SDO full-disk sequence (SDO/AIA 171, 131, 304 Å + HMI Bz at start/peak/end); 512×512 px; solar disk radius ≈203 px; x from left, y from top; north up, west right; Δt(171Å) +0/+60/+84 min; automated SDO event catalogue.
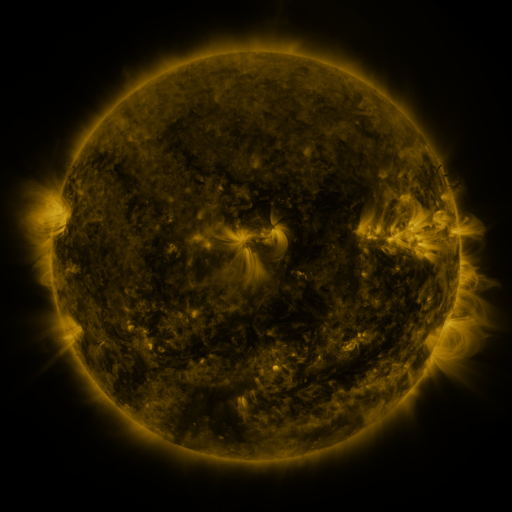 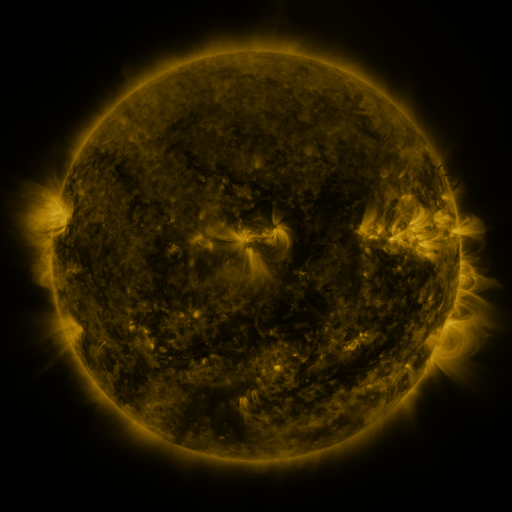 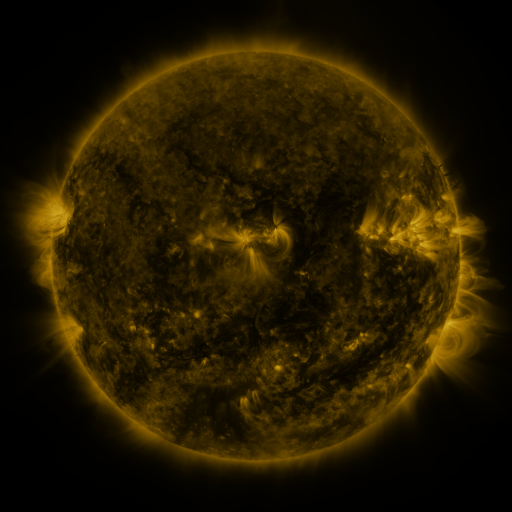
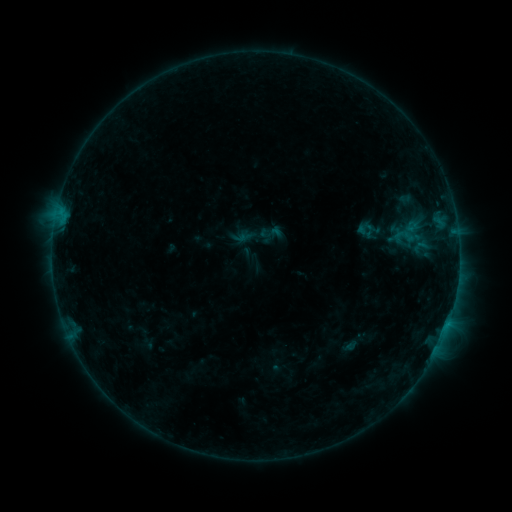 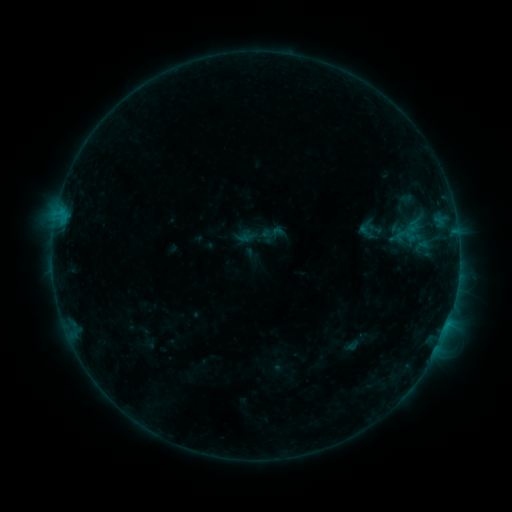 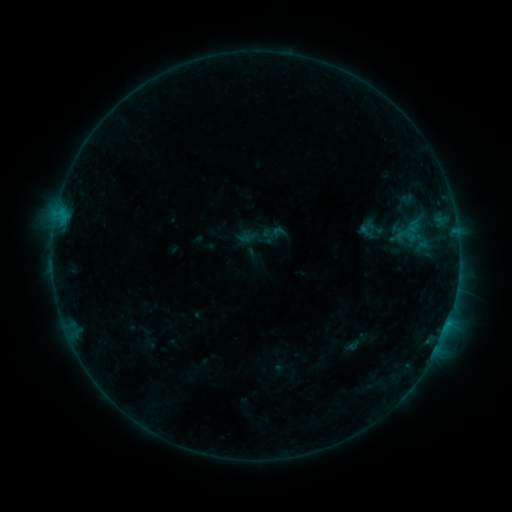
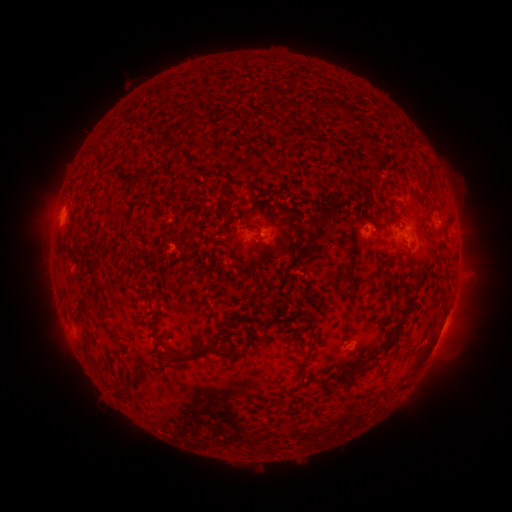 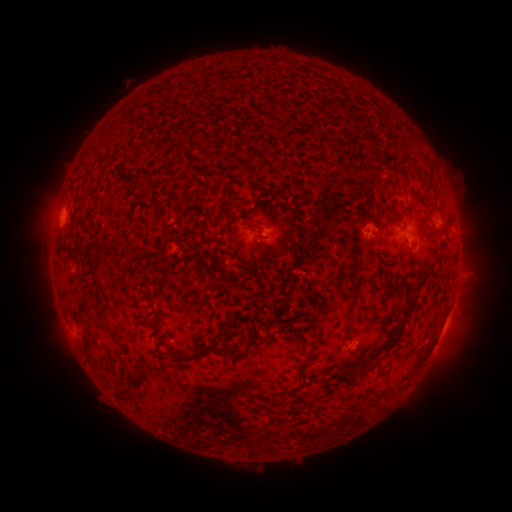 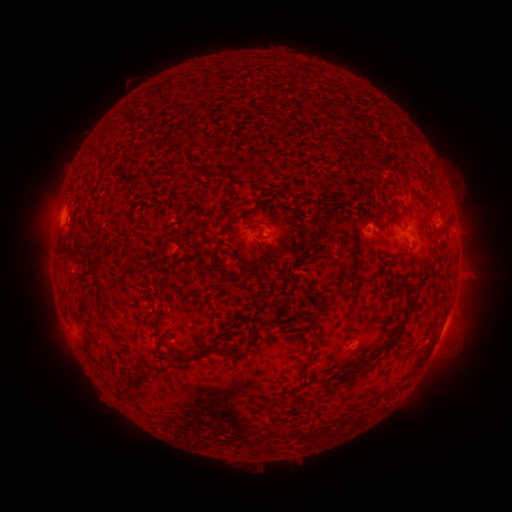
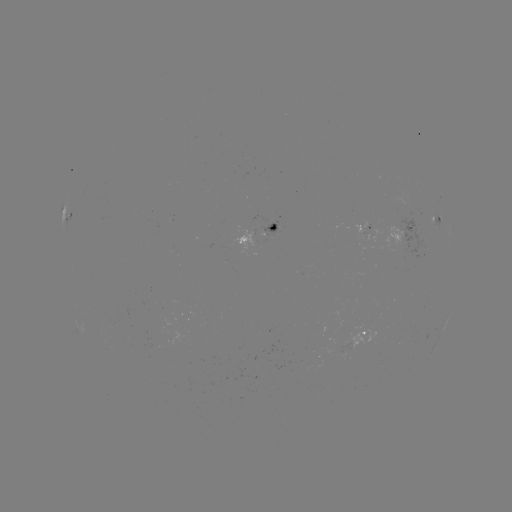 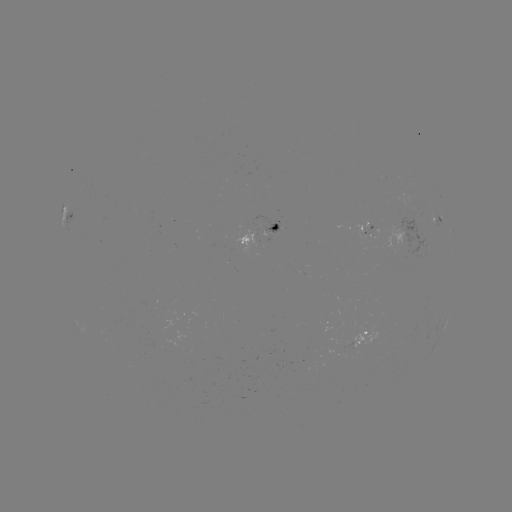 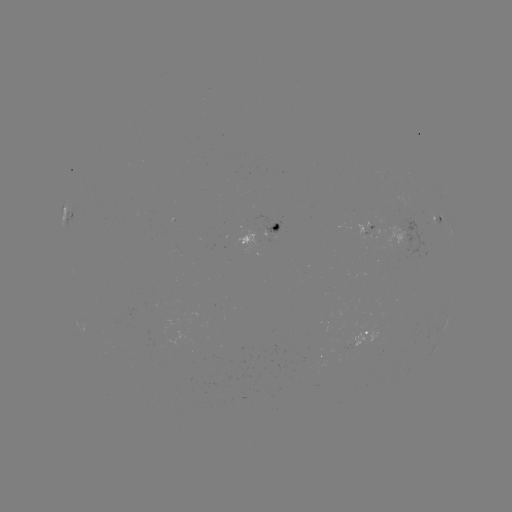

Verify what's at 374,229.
emerging-flux region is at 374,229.